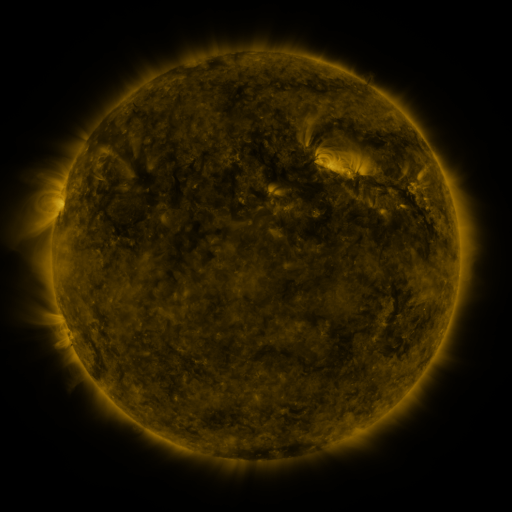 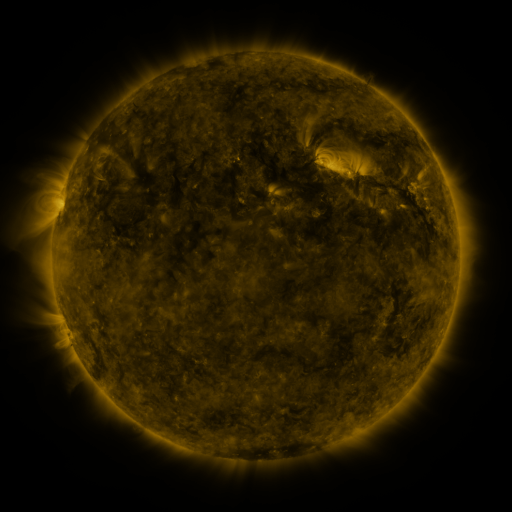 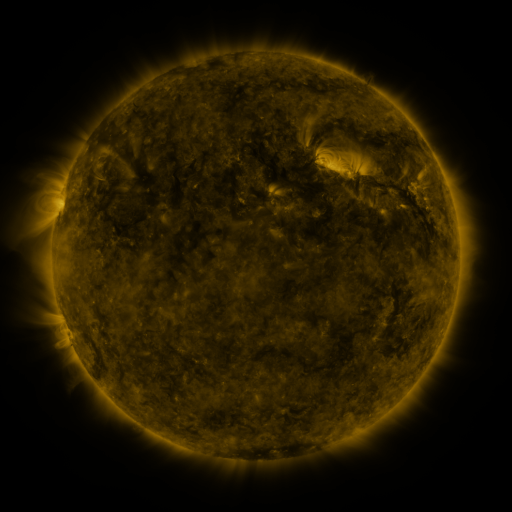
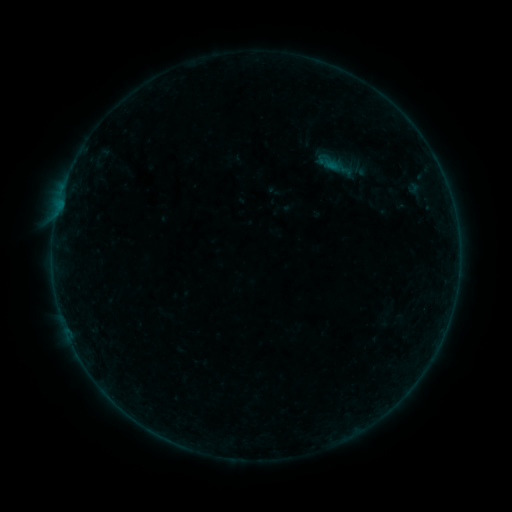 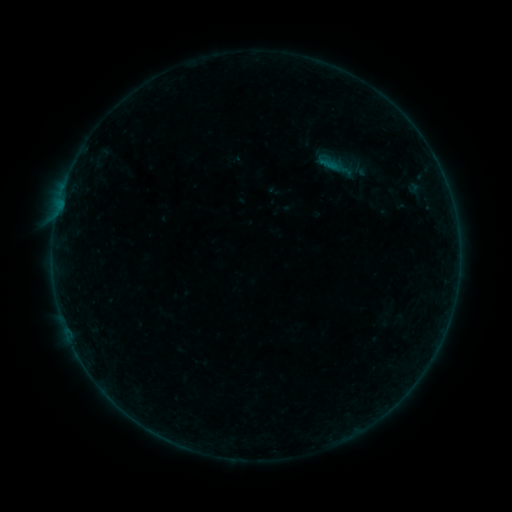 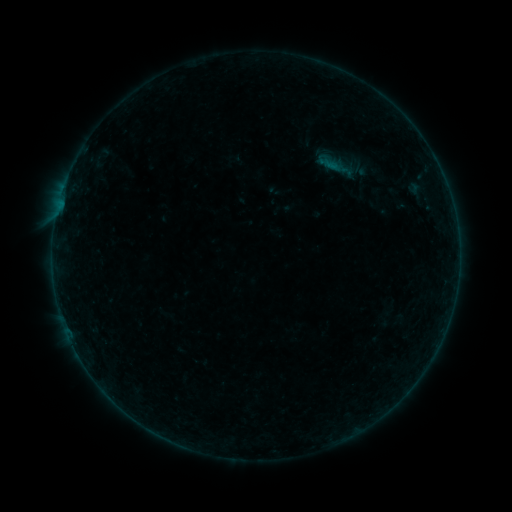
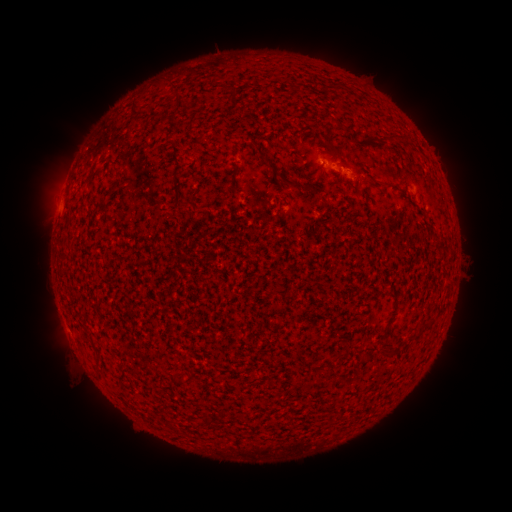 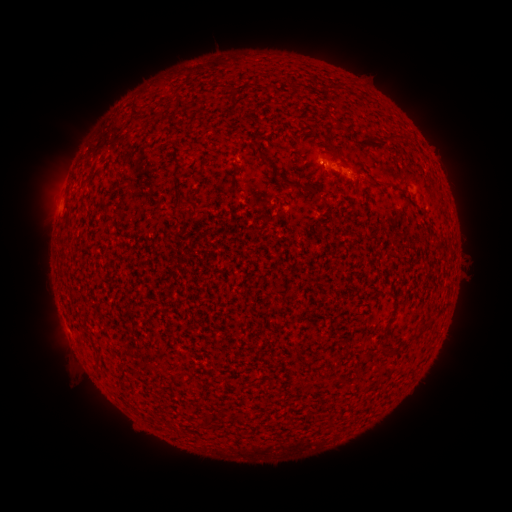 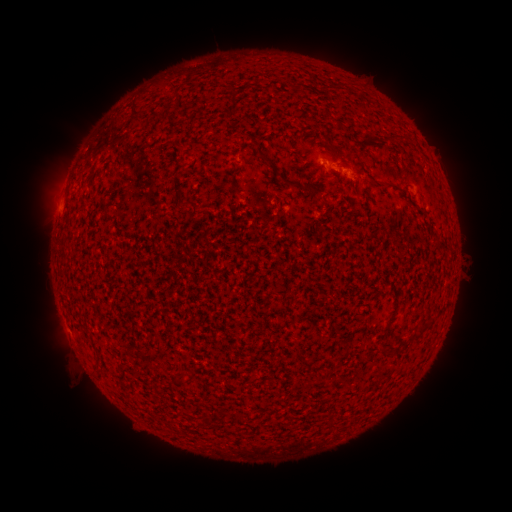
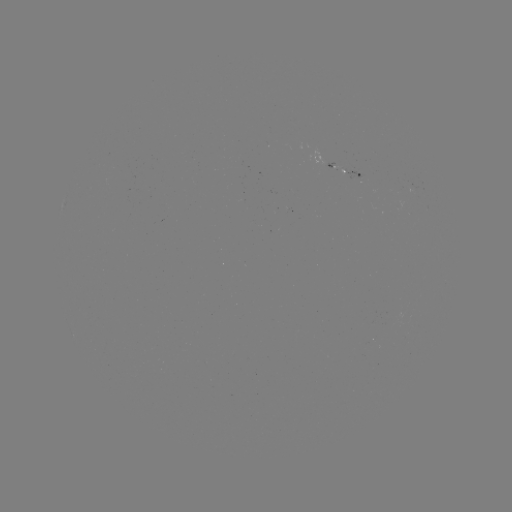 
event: flare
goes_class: B1.0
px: (323, 165)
